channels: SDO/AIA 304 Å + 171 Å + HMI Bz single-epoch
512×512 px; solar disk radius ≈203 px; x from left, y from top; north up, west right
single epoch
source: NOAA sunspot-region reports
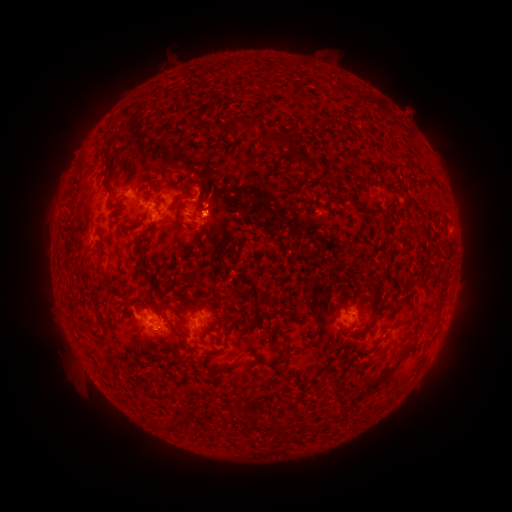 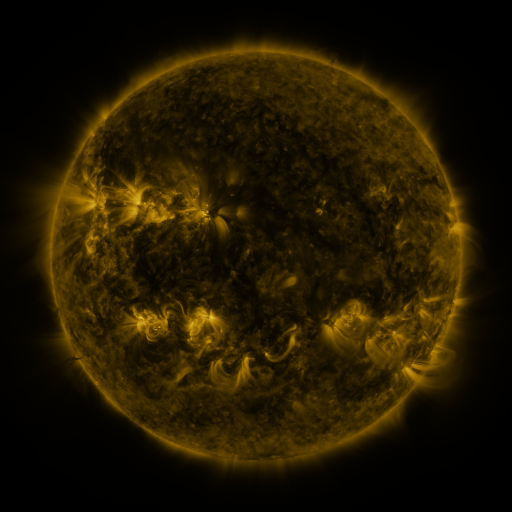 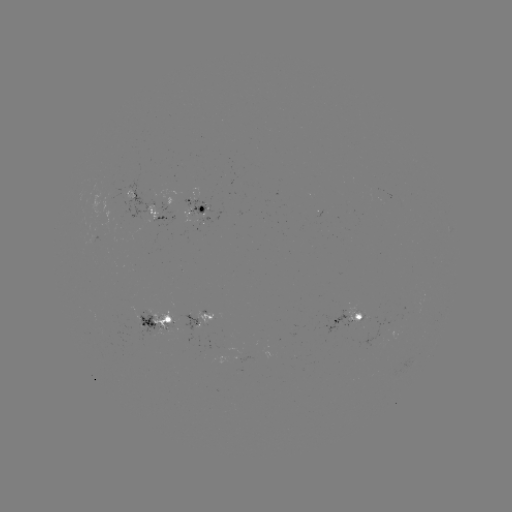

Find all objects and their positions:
spotted active region: (198, 205)
spotted active region: (166, 215)
spotted active region: (204, 318)
spotted active region: (157, 320)
spotted active region: (351, 320)
